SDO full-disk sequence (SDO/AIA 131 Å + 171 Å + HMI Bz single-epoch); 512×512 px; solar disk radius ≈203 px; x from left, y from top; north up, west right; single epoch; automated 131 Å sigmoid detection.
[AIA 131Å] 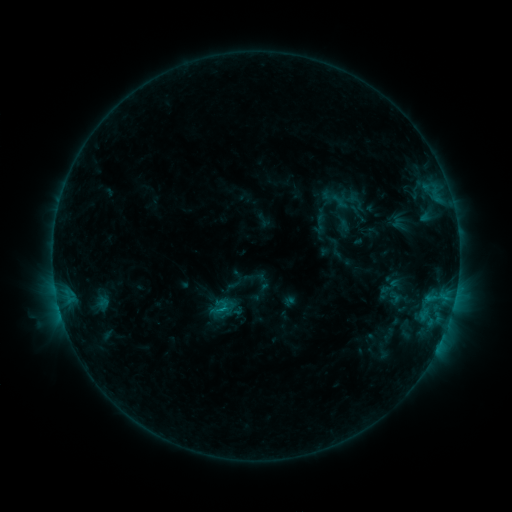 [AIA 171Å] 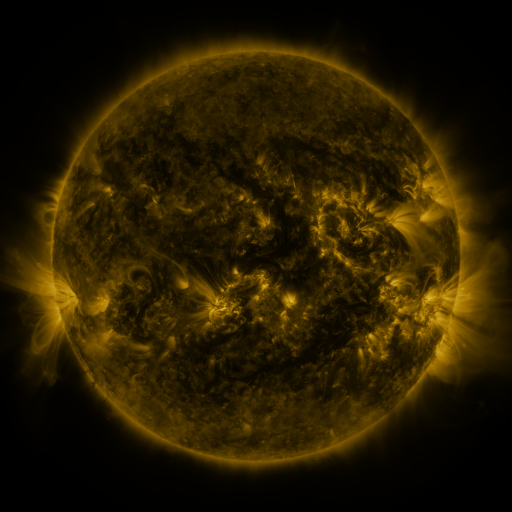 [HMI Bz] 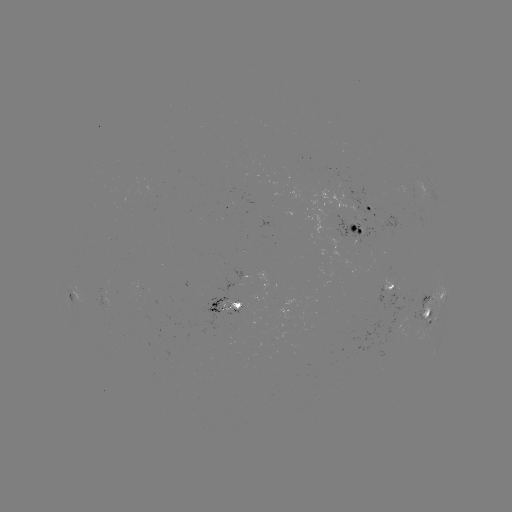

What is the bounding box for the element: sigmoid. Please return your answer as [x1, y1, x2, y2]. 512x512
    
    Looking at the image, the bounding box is [385, 289, 403, 307].